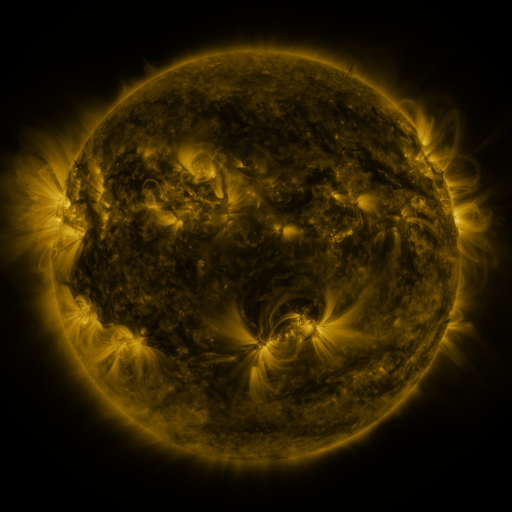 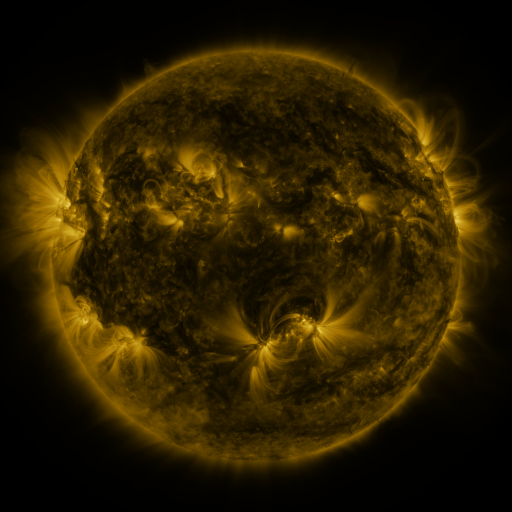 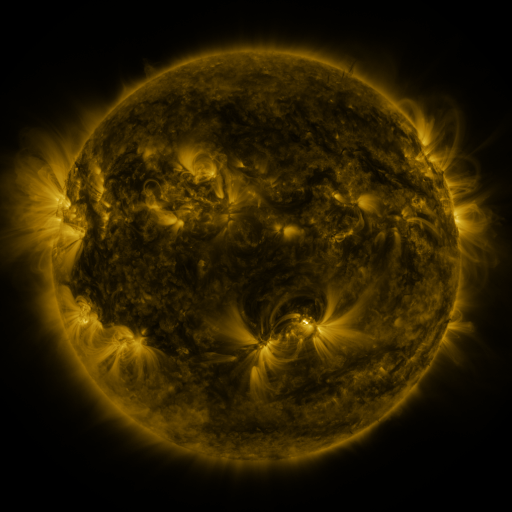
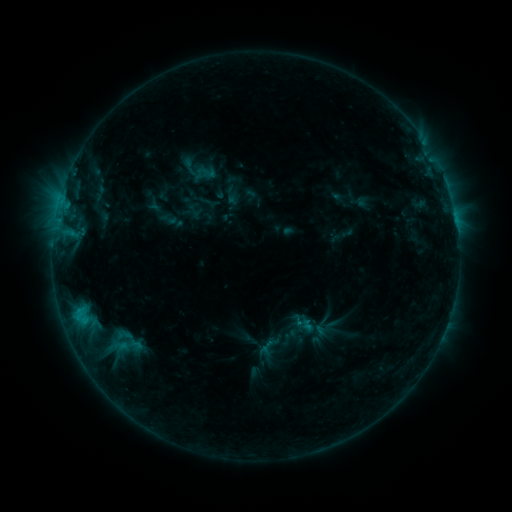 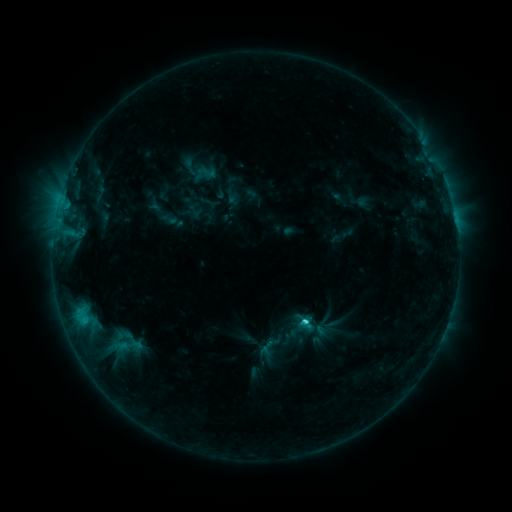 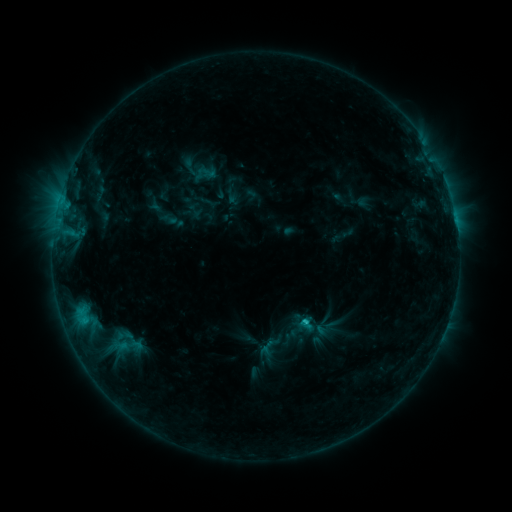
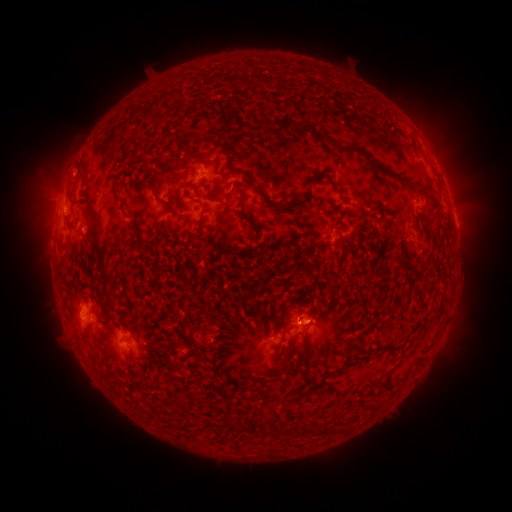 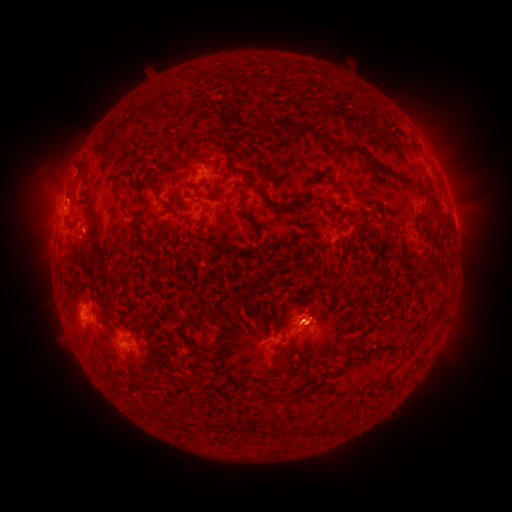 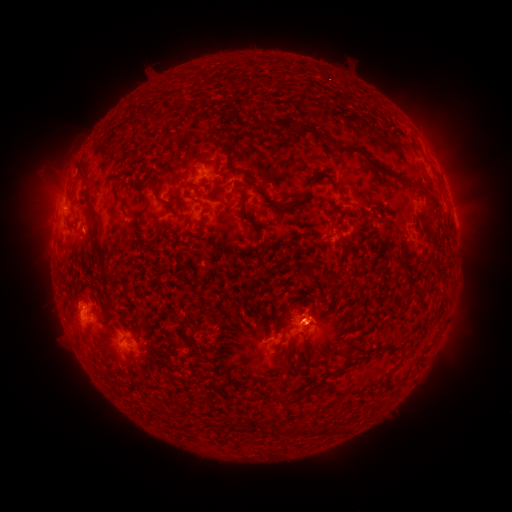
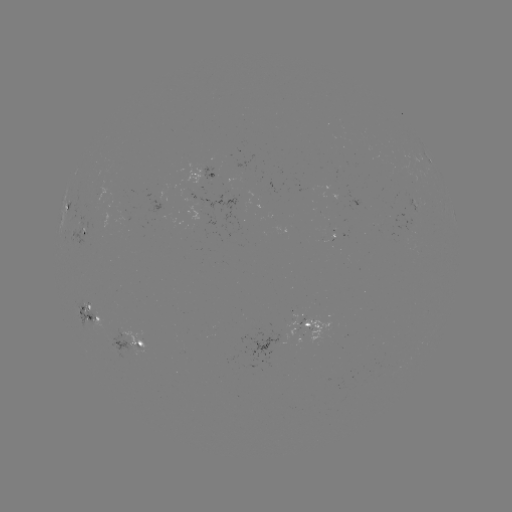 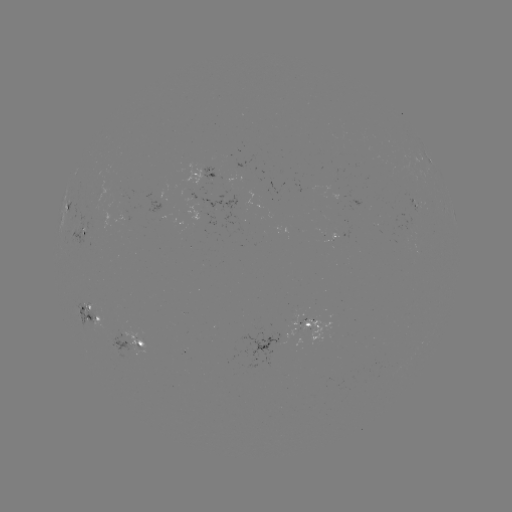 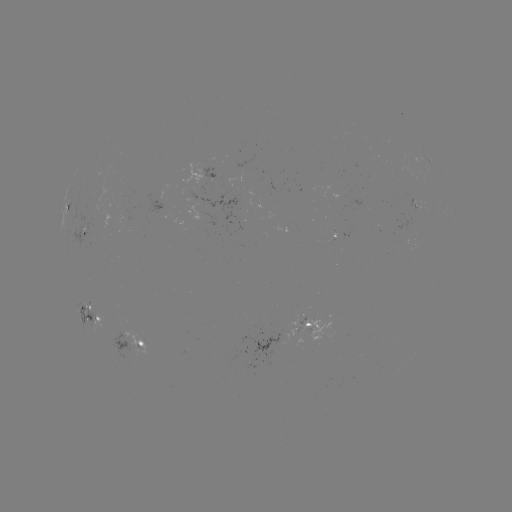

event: flare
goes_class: C2.0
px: (303, 320)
